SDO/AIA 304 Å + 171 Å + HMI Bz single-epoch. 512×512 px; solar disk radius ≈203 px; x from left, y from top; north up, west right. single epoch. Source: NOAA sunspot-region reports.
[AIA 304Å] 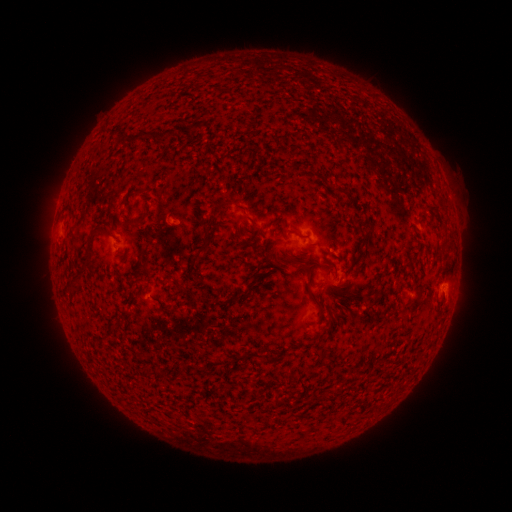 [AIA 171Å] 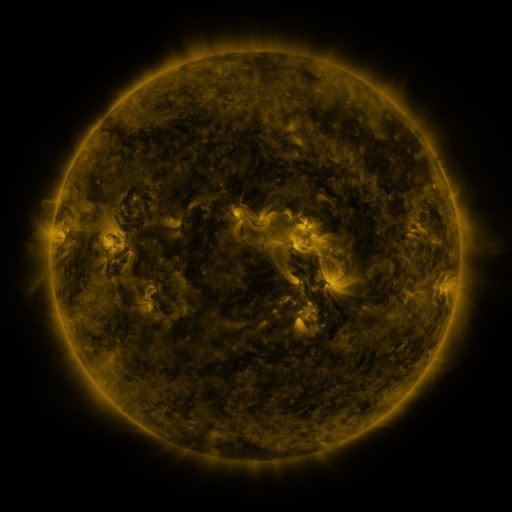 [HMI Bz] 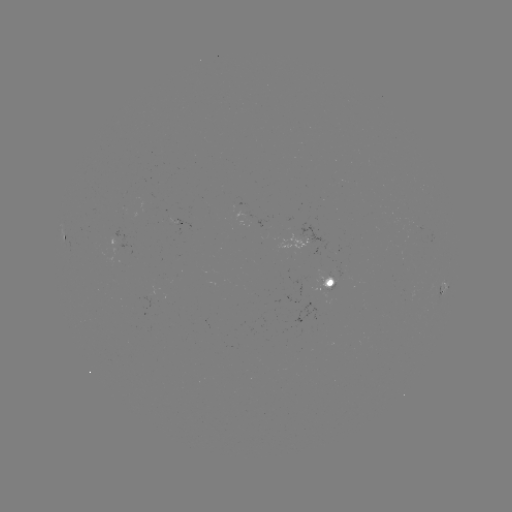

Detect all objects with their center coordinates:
spotted active region: (63, 239)
spotted active region: (331, 285)
spotted active region: (444, 289)
